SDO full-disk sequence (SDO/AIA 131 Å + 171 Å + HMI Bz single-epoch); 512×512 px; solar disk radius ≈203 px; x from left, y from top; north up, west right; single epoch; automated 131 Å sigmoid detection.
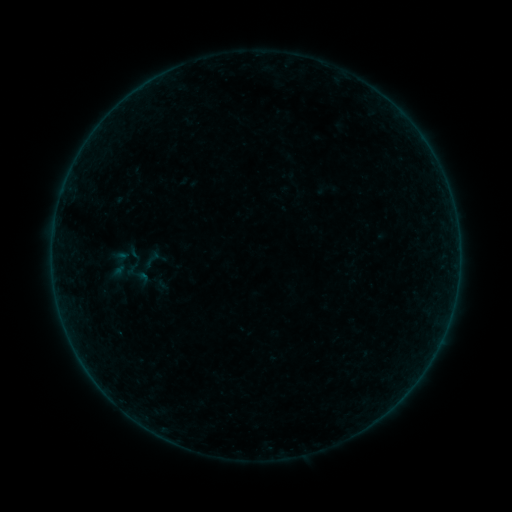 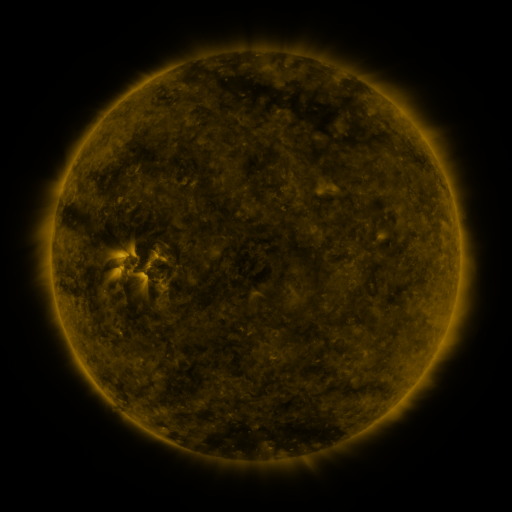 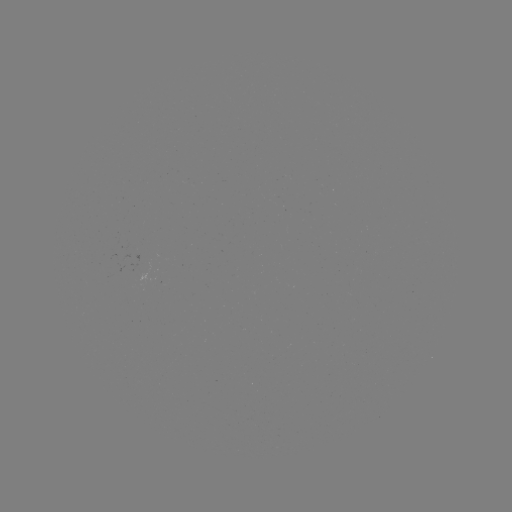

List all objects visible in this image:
sigmoid: (139, 248, 164, 271)
sigmoid: (118, 258, 156, 289)
